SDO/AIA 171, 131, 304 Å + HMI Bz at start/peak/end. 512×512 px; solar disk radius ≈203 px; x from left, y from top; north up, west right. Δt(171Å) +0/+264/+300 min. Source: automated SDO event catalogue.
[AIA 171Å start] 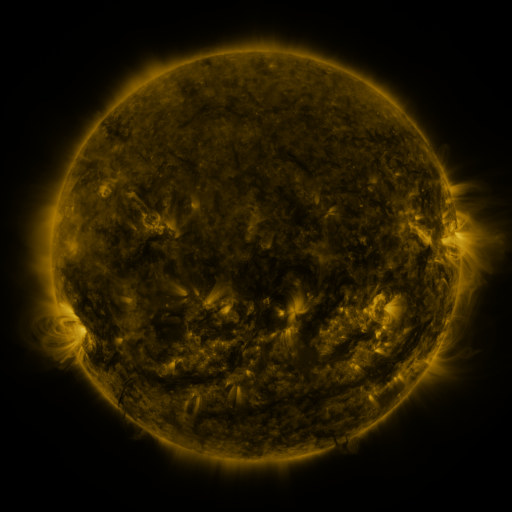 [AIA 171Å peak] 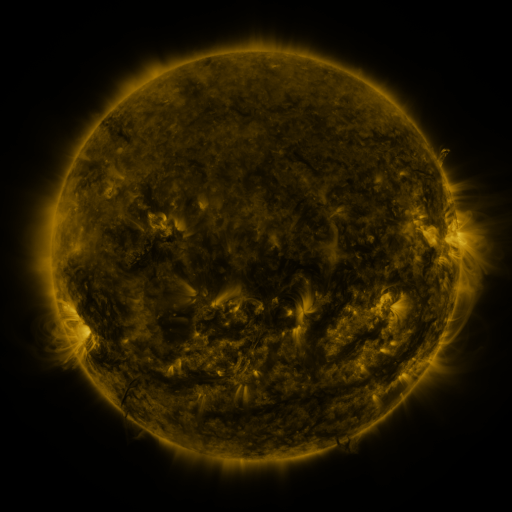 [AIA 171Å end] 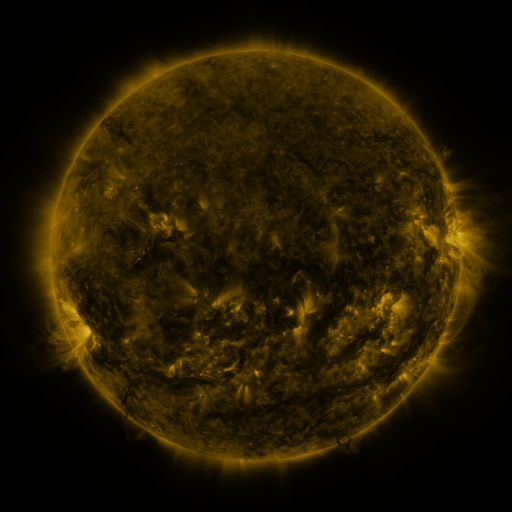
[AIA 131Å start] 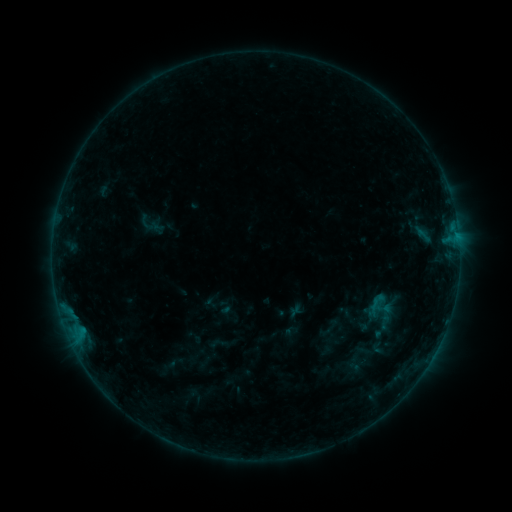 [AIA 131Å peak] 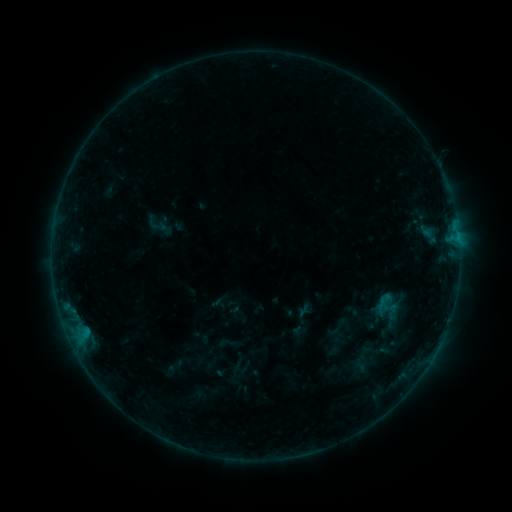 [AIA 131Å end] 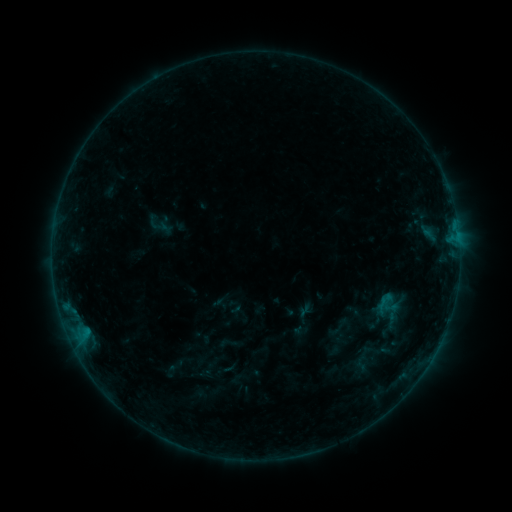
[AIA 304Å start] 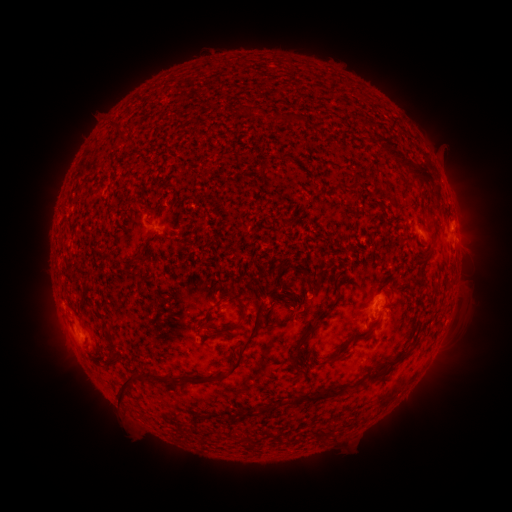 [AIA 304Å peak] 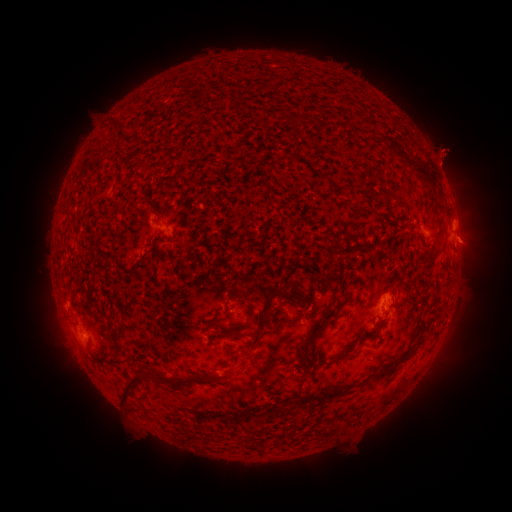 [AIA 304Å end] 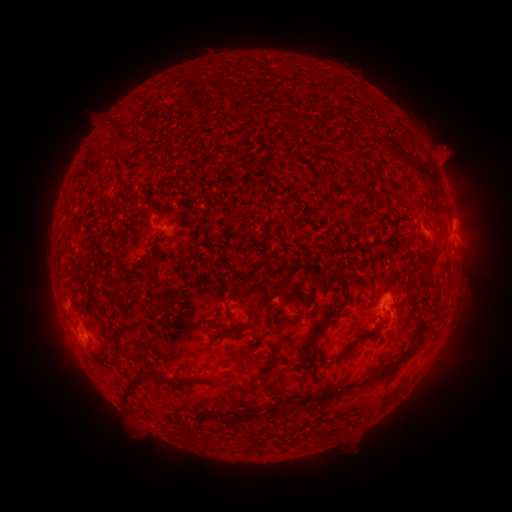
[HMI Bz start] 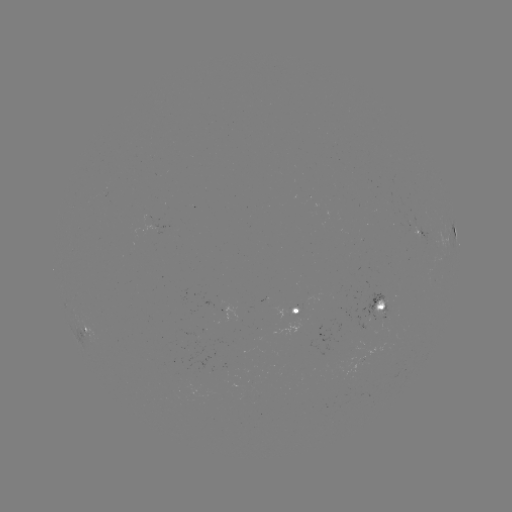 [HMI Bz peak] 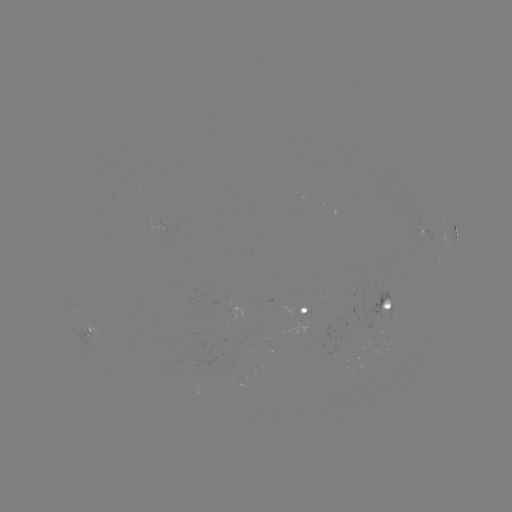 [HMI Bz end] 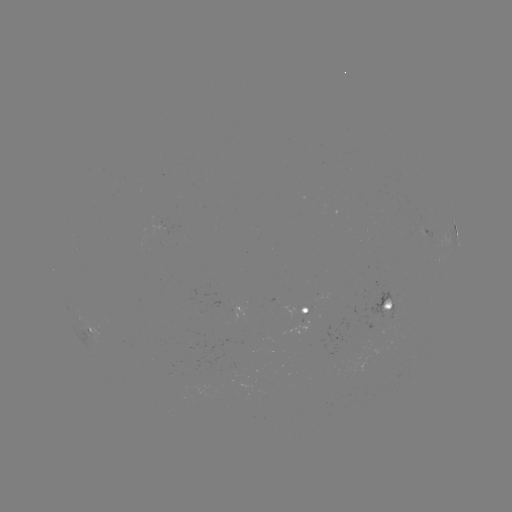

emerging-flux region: (296, 304, 310, 314)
